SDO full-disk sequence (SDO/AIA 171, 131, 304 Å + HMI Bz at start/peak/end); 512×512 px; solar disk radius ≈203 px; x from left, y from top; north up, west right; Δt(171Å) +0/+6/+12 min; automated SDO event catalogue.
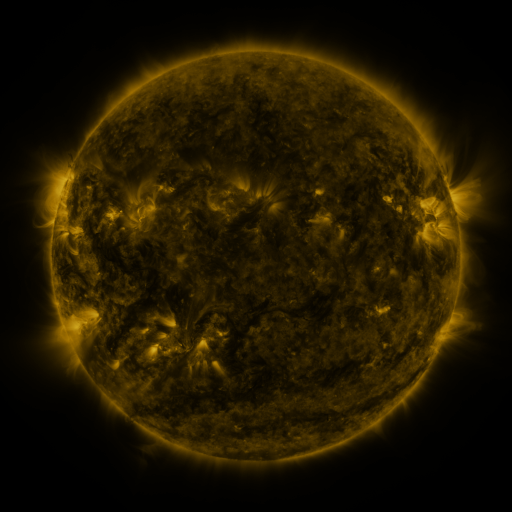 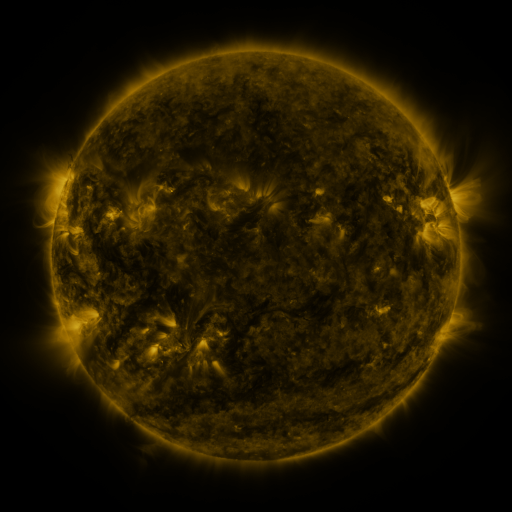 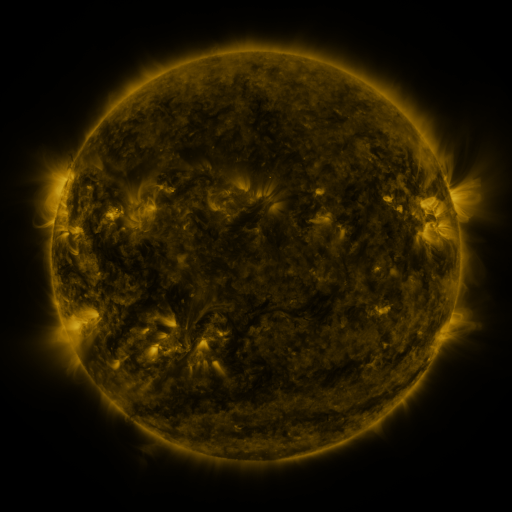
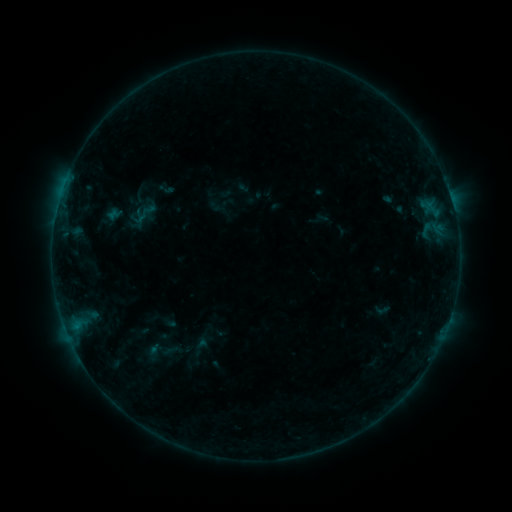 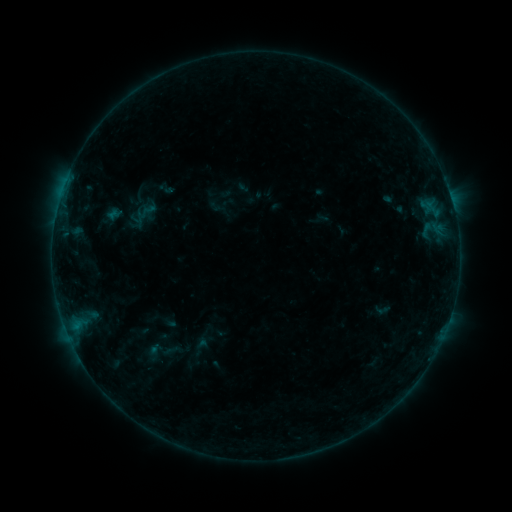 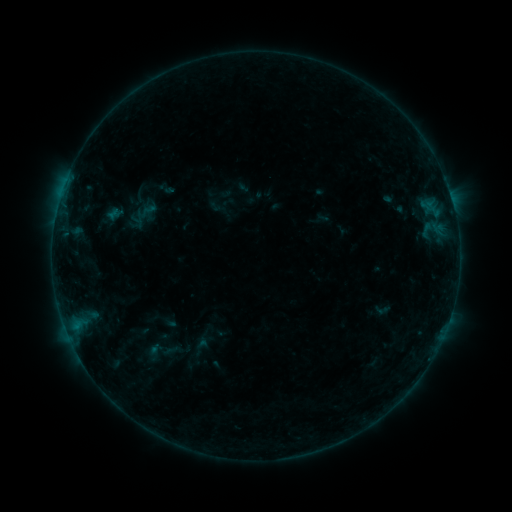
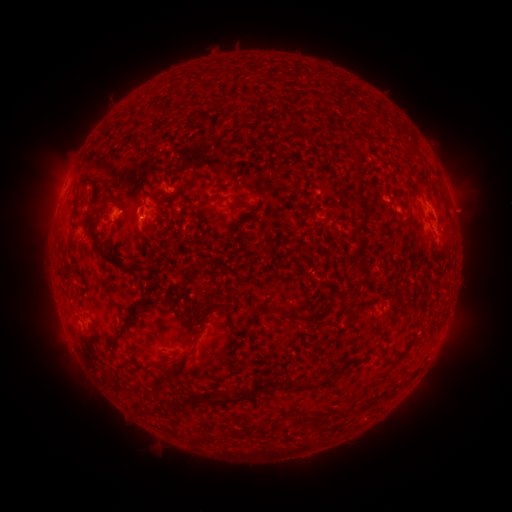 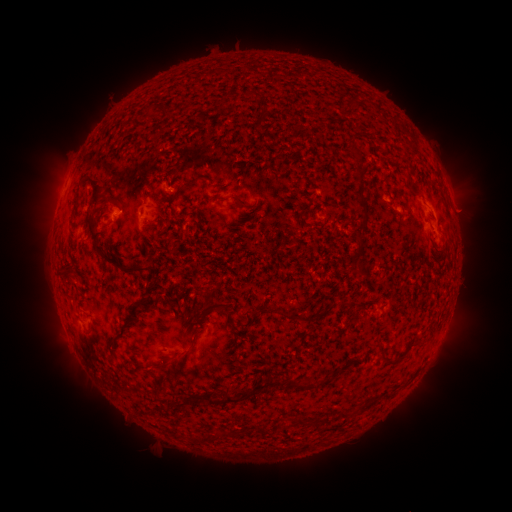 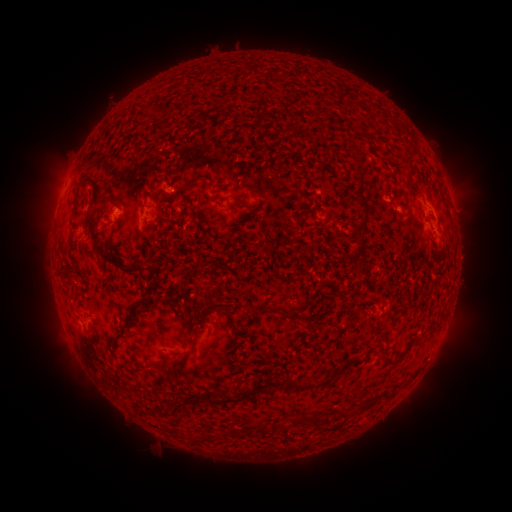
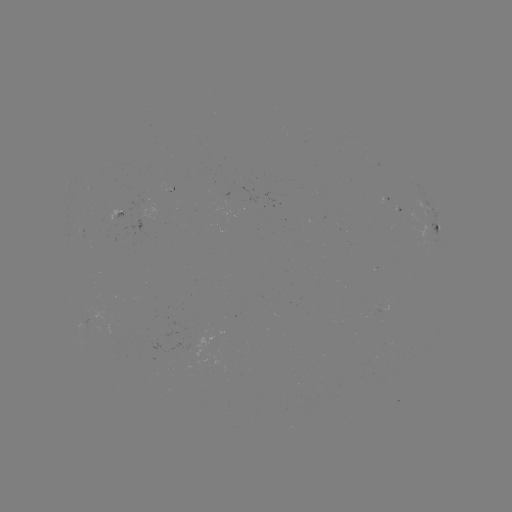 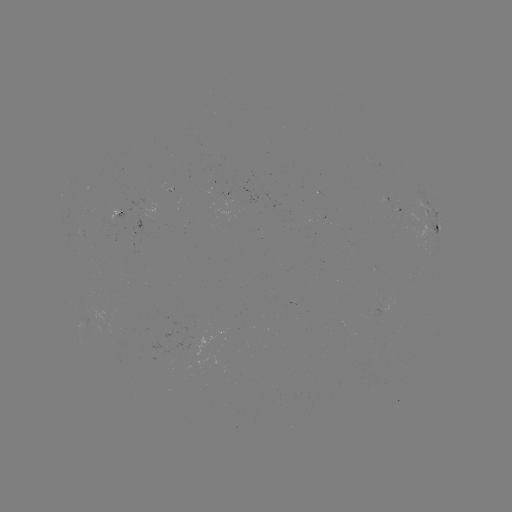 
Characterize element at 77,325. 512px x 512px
B3.1 flare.